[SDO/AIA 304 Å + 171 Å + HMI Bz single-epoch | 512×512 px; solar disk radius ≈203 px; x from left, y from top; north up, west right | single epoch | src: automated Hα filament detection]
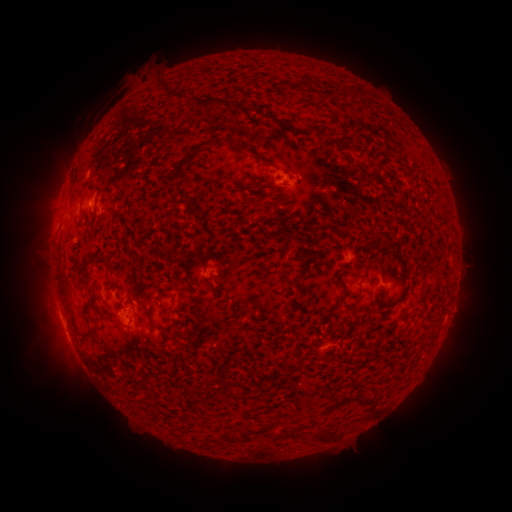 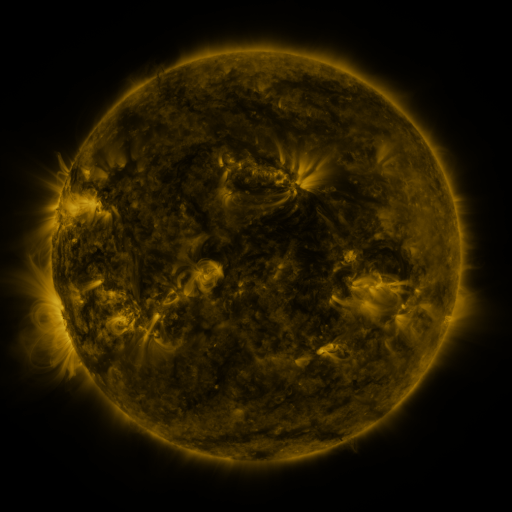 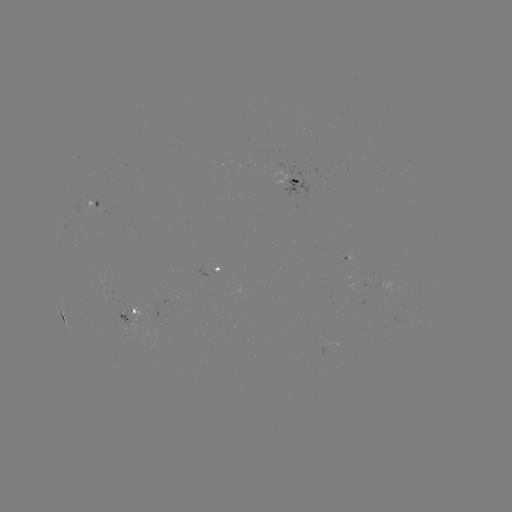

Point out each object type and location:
filament: <bbox>171, 90, 186, 101</bbox>
filament: <bbox>195, 95, 234, 112</bbox>
filament: <bbox>287, 122, 296, 132</bbox>
filament: <bbox>193, 137, 226, 157</bbox>
filament: <bbox>234, 141, 242, 151</bbox>
filament: <bbox>249, 149, 272, 167</bbox>
filament: <bbox>174, 156, 190, 180</bbox>
filament: <bbox>181, 196, 195, 206</bbox>
filament: <bbox>248, 198, 266, 213</bbox>
filament: <bbox>295, 230, 306, 239</bbox>
filament: <bbox>366, 258, 385, 271</bbox>
filament: <bbox>184, 272, 193, 288</bbox>
filament: <bbox>155, 290, 167, 301</bbox>
filament: <bbox>349, 292, 359, 299</bbox>
filament: <bbox>83, 300, 91, 316</bbox>
filament: <bbox>397, 326, 408, 337</bbox>
filament: <bbox>369, 374, 391, 387</bbox>
filament: <bbox>225, 385, 239, 398</bbox>
filament: <bbox>261, 430, 270, 439</bbox>
filament: <bbox>228, 433, 237, 443</bbox>
